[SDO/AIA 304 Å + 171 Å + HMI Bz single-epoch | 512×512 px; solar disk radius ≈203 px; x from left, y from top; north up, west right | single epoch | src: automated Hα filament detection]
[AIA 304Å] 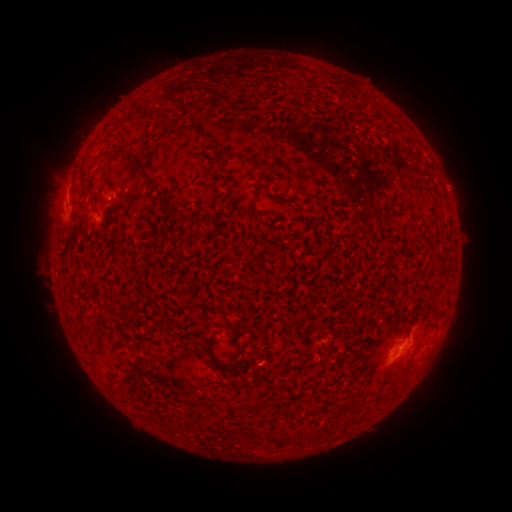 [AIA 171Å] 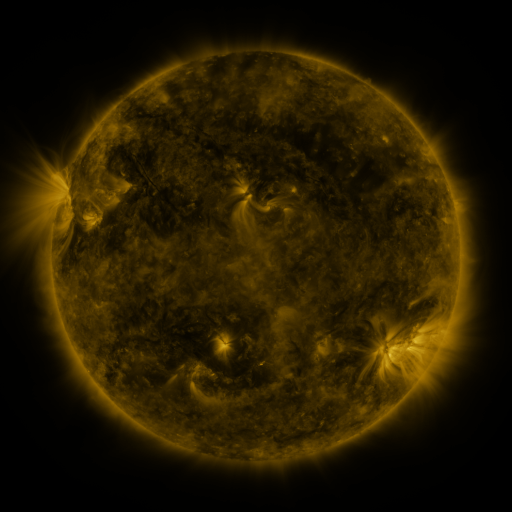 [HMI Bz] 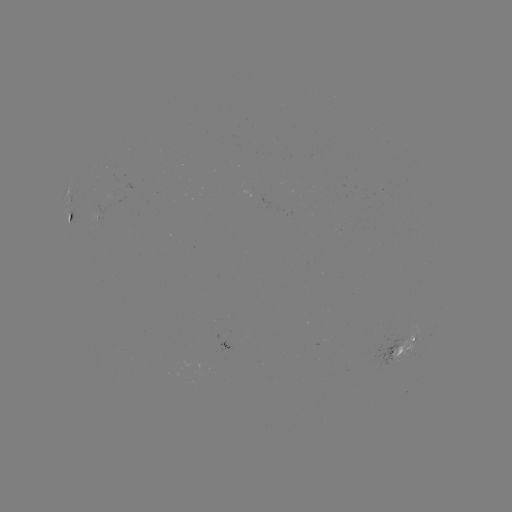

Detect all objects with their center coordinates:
filament: (181, 121, 225, 150)
filament: (127, 150, 173, 207)
filament: (297, 166, 325, 188)
filament: (103, 177, 114, 187)
filament: (208, 354, 238, 389)
filament: (267, 431, 282, 445)
